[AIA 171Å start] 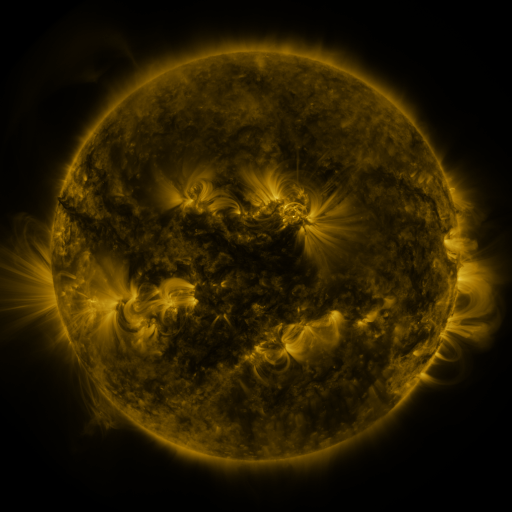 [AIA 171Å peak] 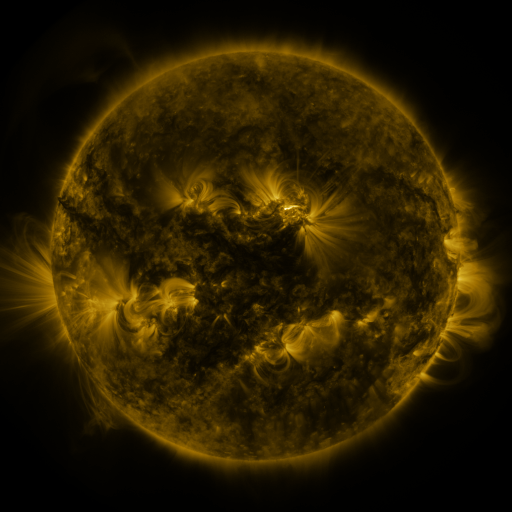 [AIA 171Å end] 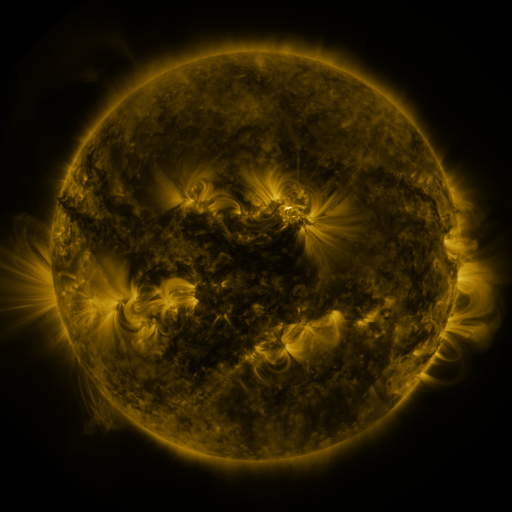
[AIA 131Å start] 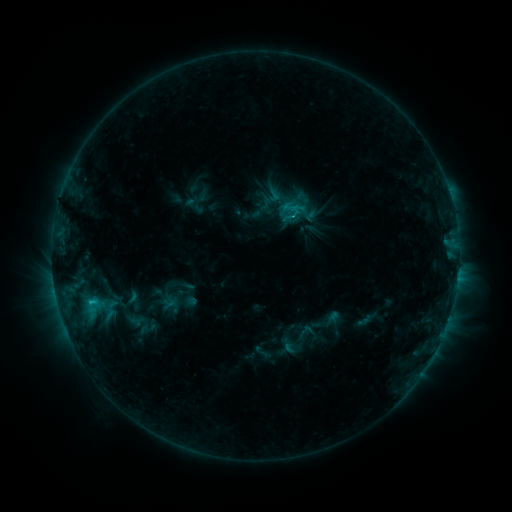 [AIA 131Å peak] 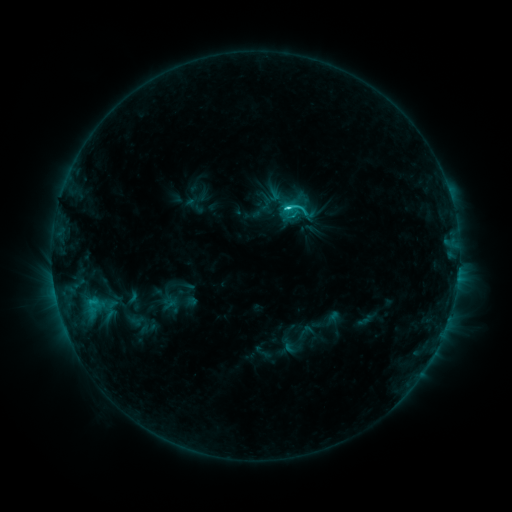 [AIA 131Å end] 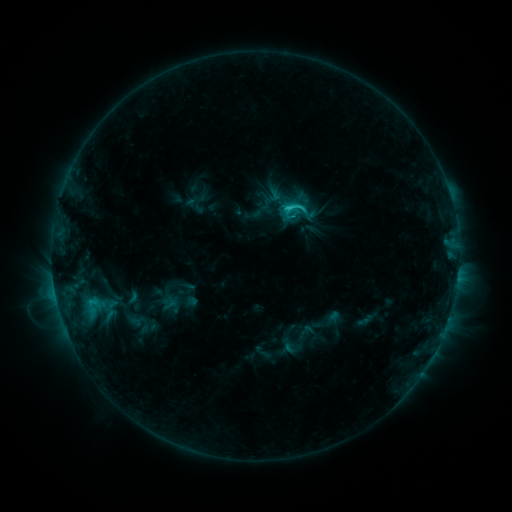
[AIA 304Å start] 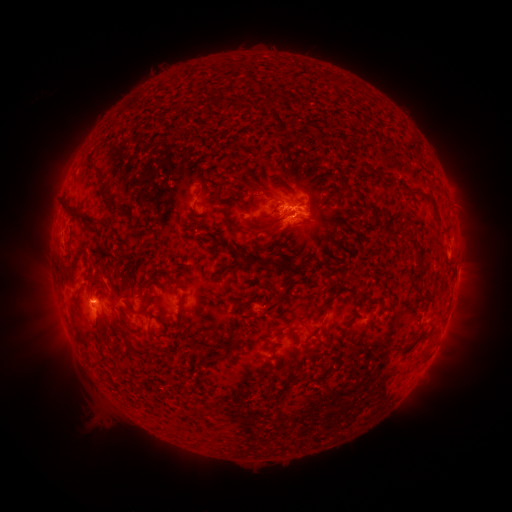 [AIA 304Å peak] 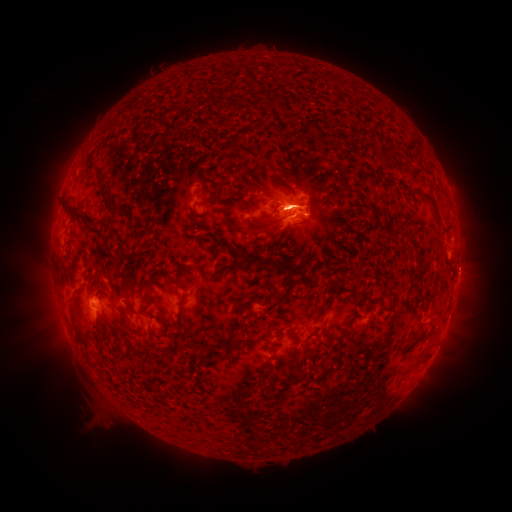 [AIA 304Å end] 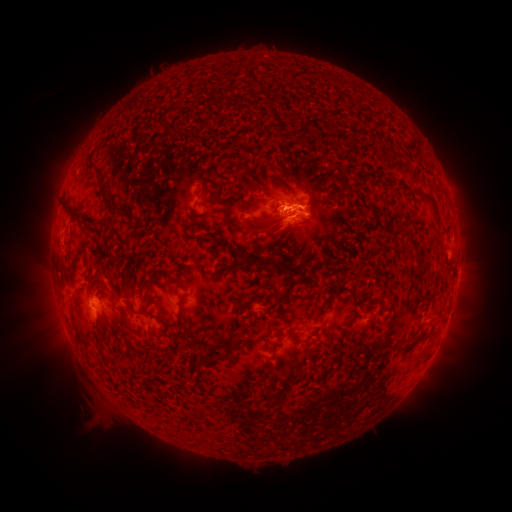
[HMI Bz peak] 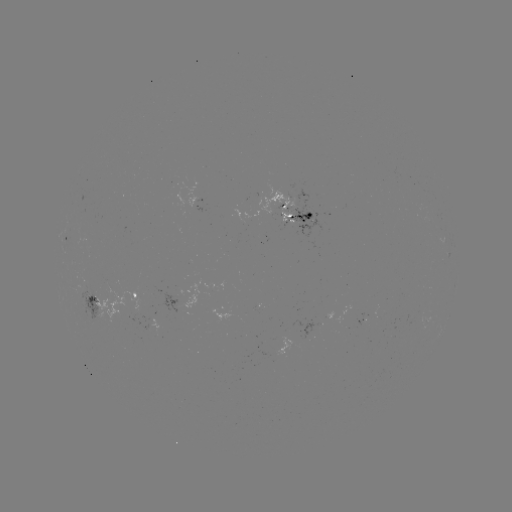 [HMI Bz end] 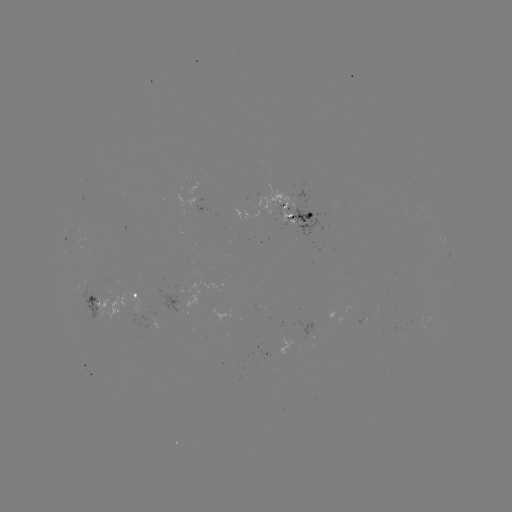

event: flare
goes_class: C3.1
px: (286, 211)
